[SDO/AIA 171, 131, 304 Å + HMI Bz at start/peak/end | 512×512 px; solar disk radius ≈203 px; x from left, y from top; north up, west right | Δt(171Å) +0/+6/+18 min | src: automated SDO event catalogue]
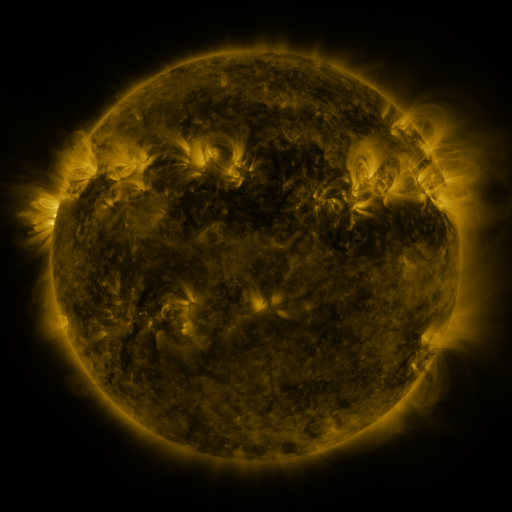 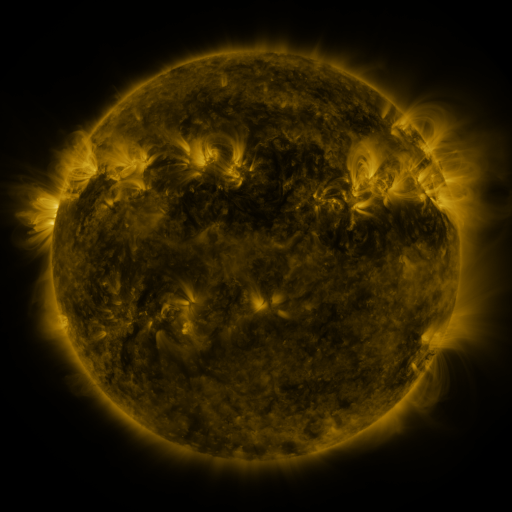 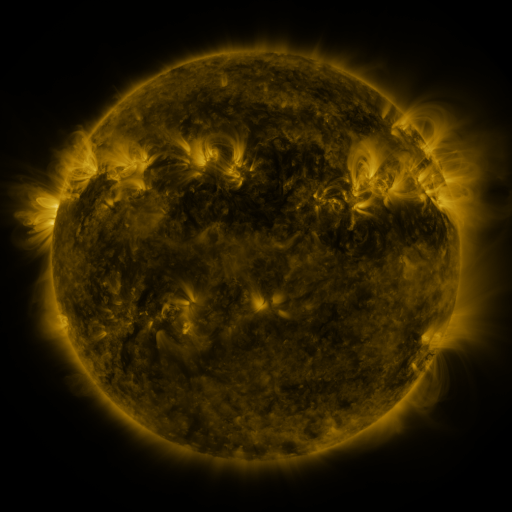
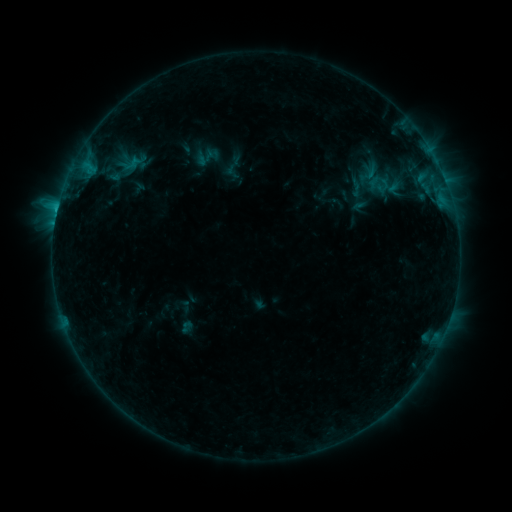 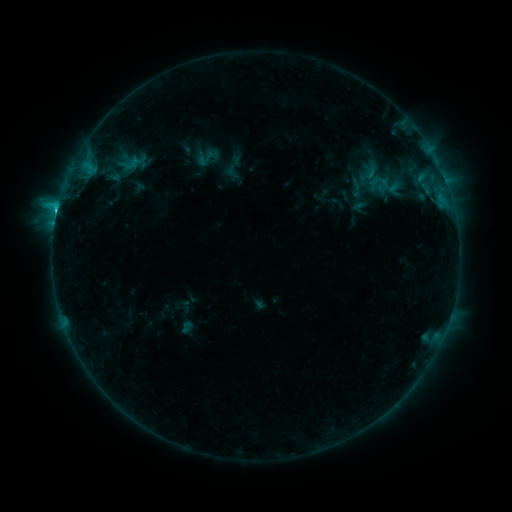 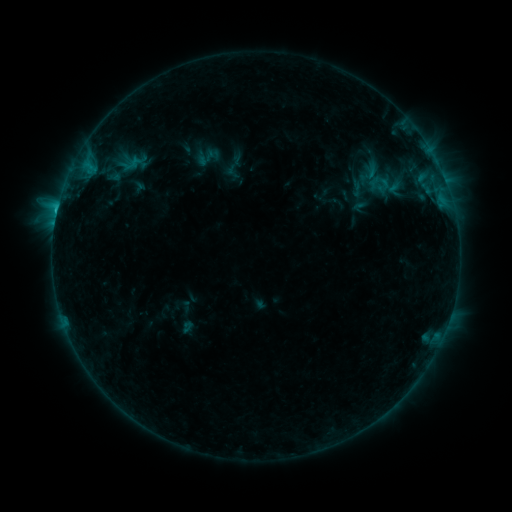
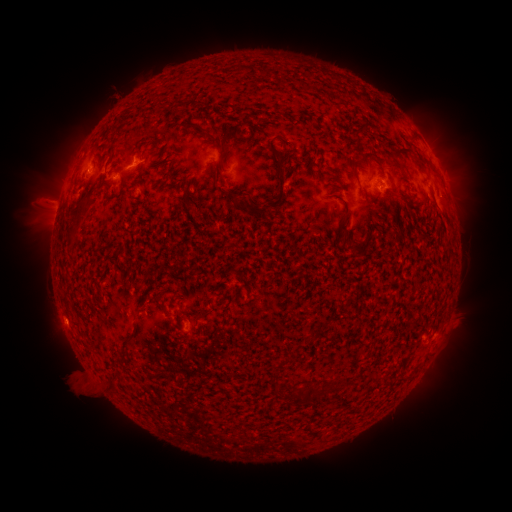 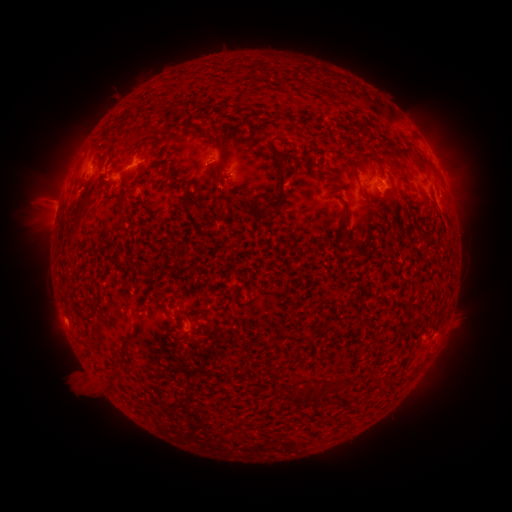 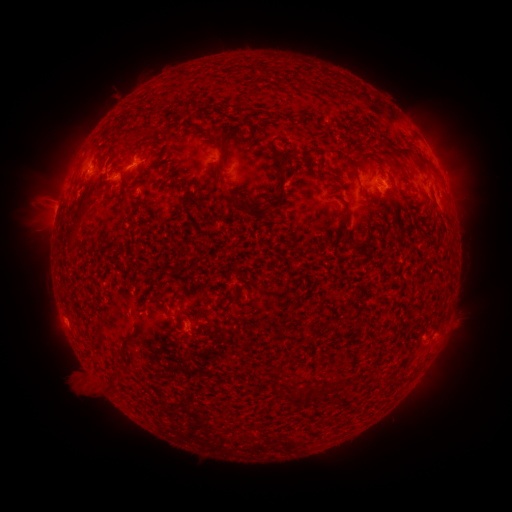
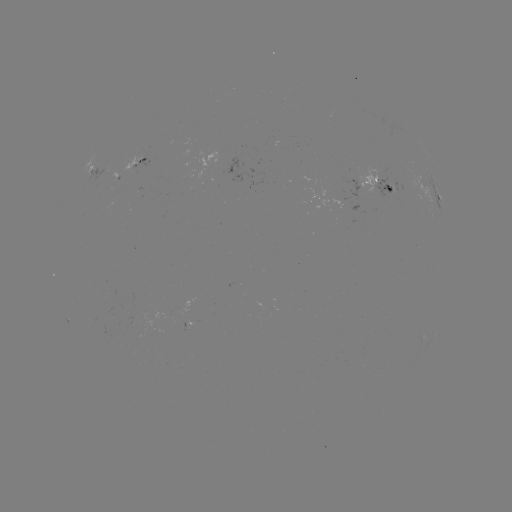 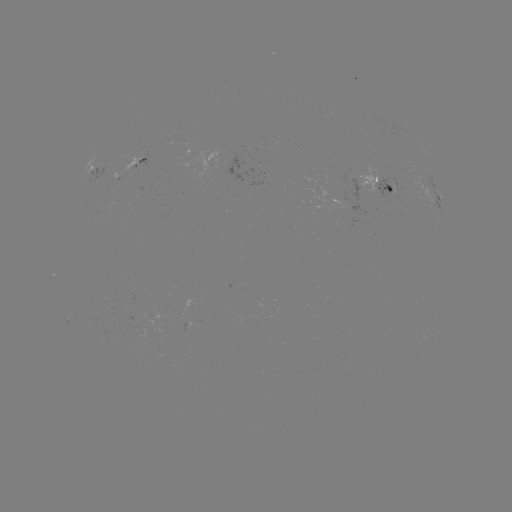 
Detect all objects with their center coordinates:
C1.4 flare: (57, 213)
